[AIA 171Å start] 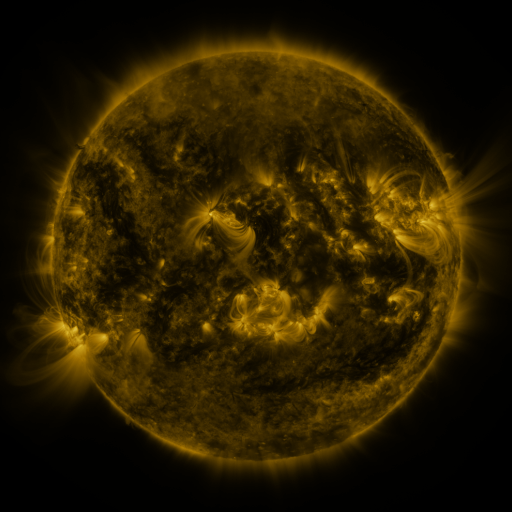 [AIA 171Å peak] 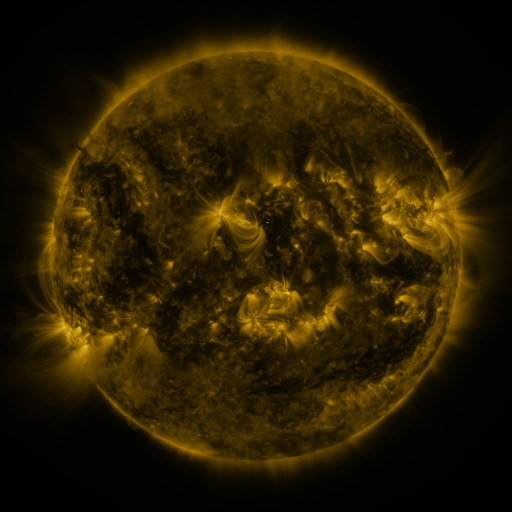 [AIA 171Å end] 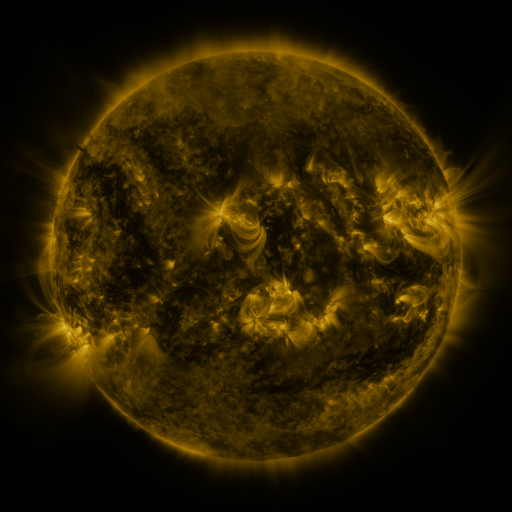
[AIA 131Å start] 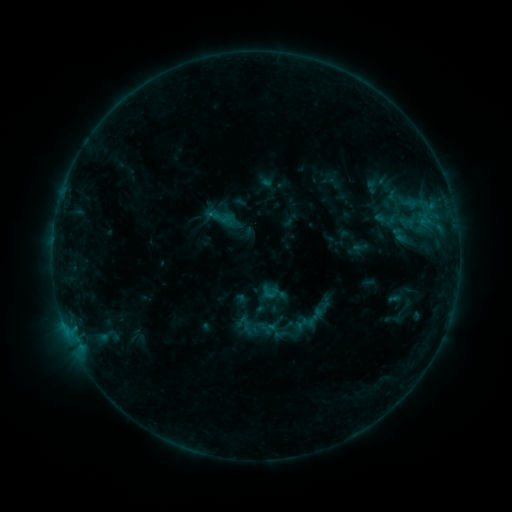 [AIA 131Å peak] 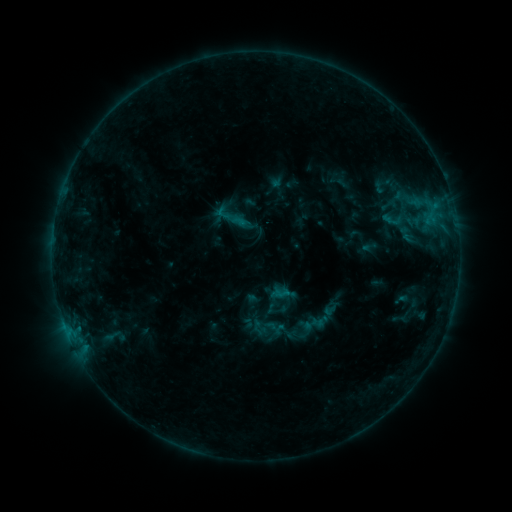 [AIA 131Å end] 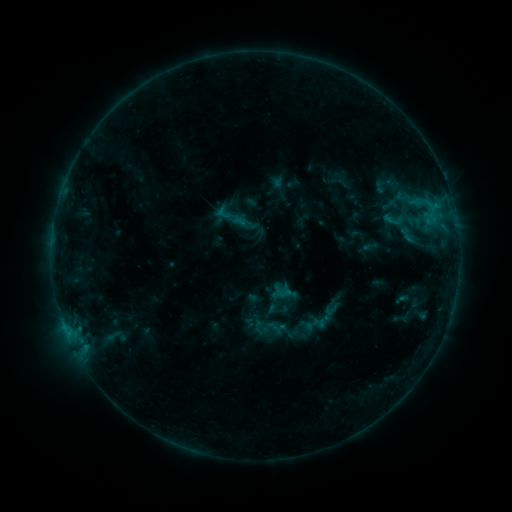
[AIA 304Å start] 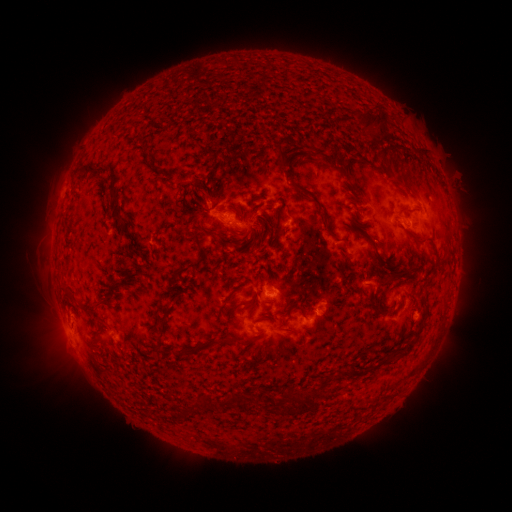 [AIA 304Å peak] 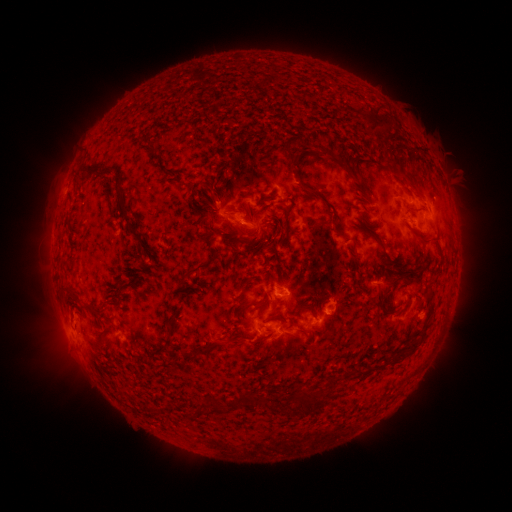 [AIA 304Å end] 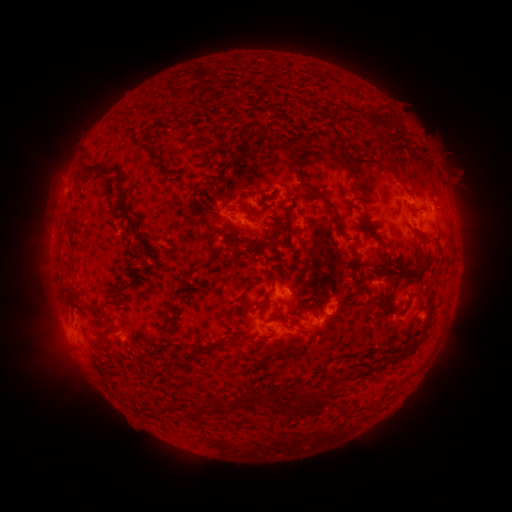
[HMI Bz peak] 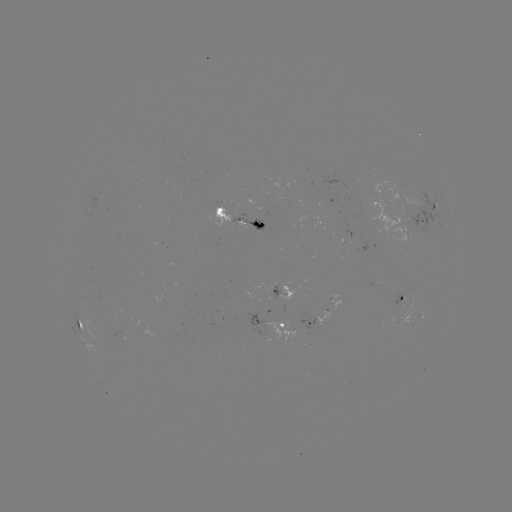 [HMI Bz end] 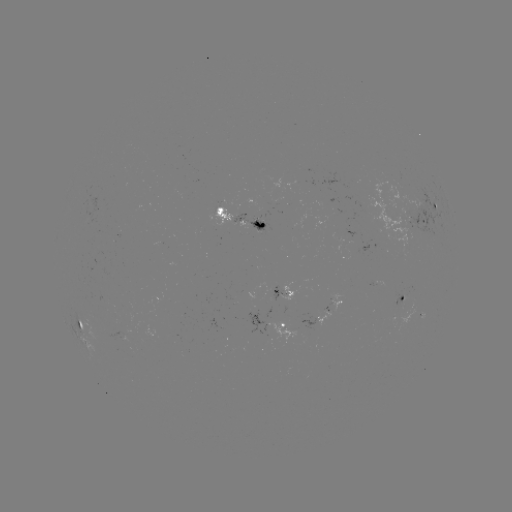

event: emerging-flux region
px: (373, 212)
